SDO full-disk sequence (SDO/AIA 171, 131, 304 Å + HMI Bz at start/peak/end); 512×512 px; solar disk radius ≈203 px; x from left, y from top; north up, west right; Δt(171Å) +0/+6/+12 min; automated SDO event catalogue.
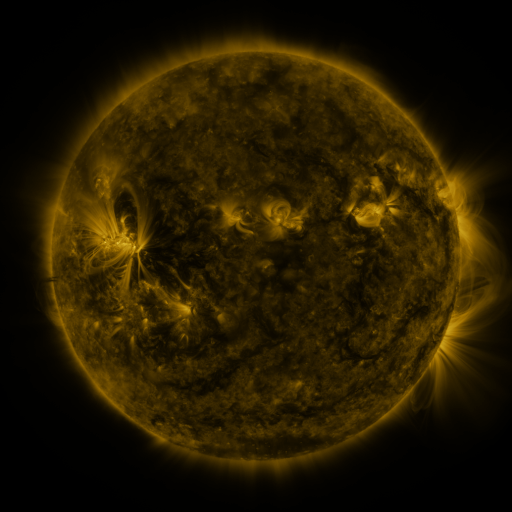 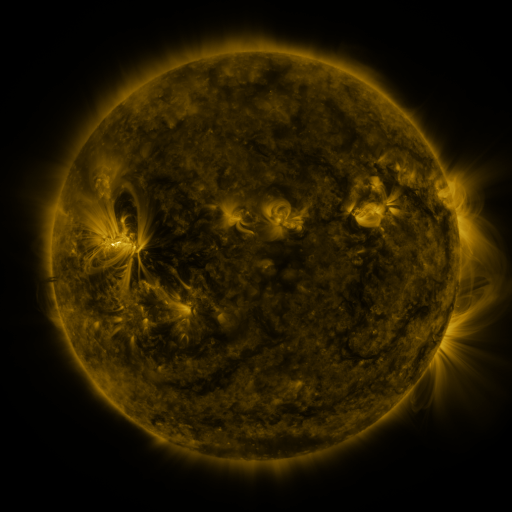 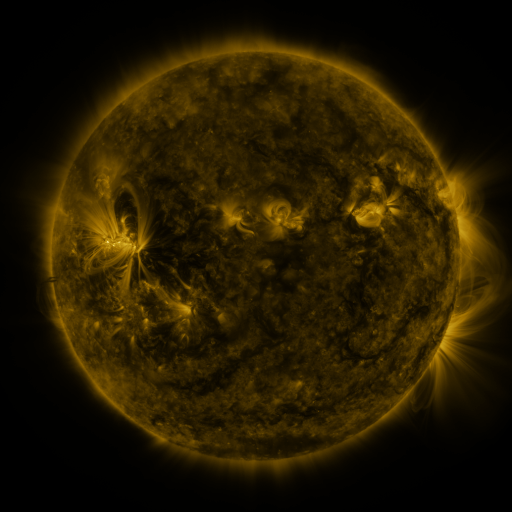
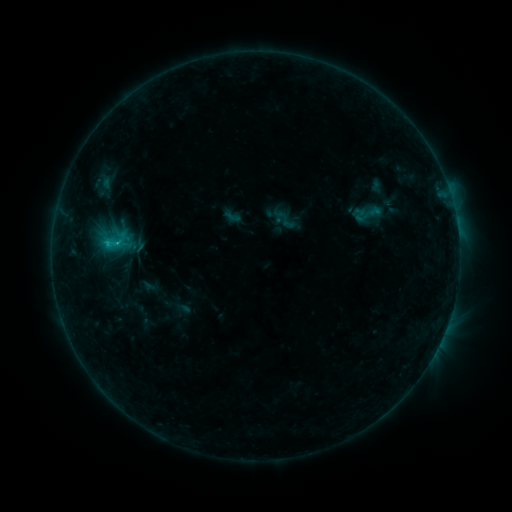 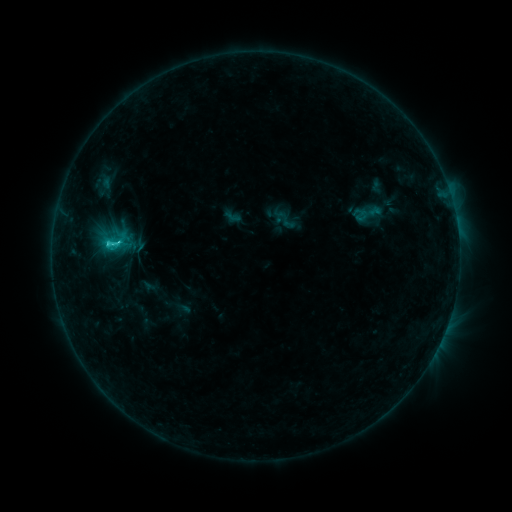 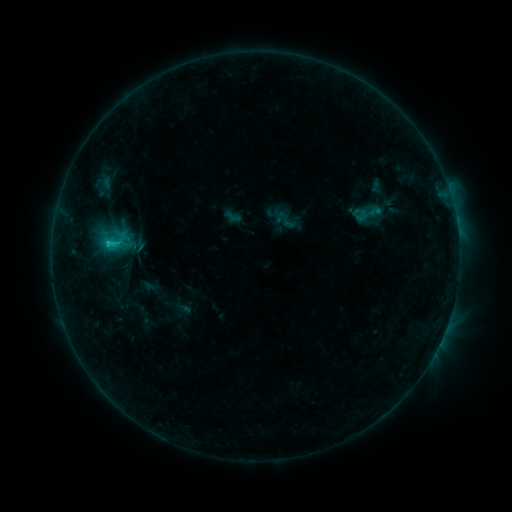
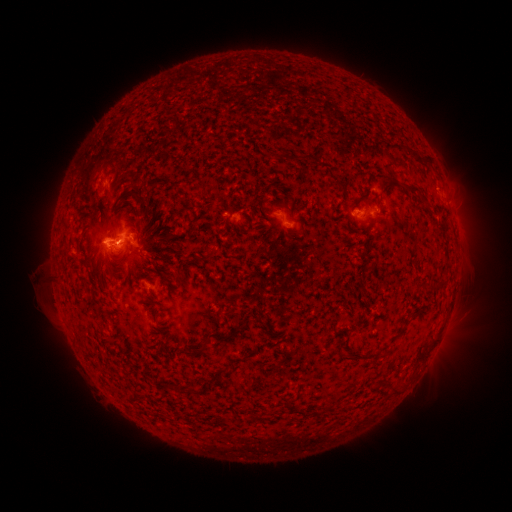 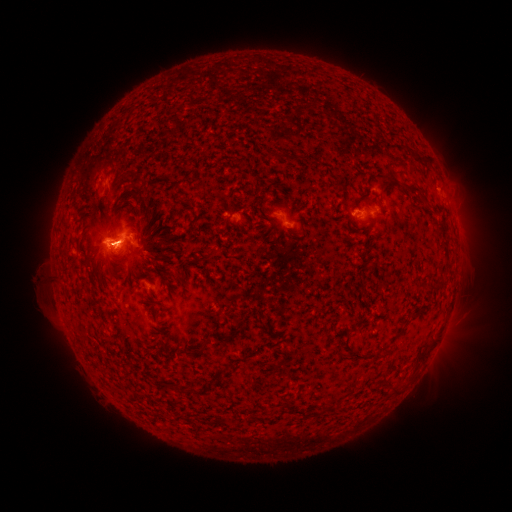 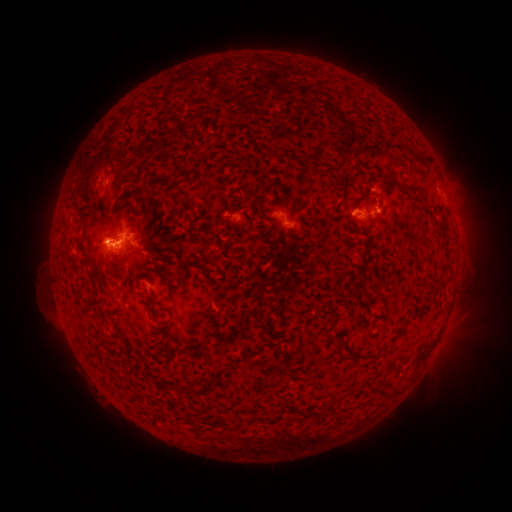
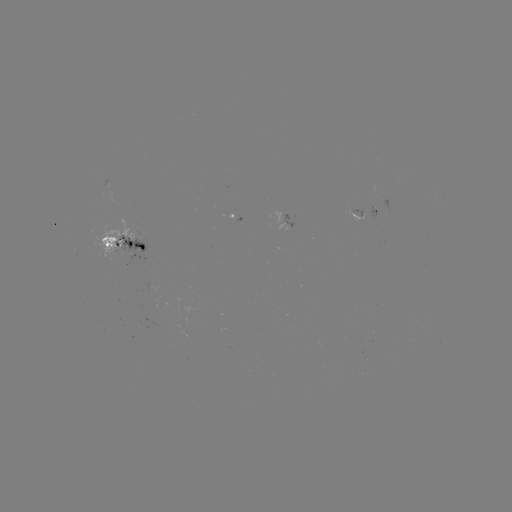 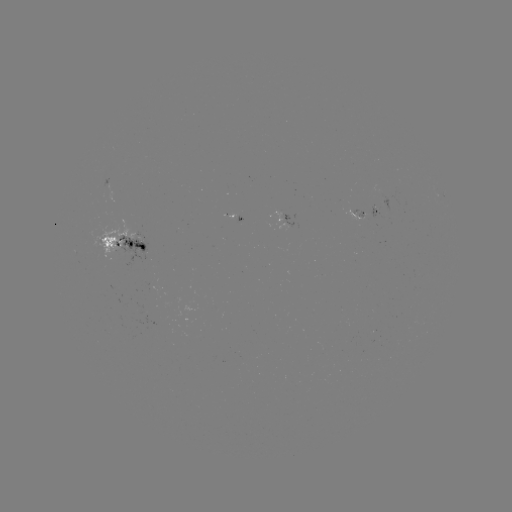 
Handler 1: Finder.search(C1.8 flare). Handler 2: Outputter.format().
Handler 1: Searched C1.8 flare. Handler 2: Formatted (110, 245).